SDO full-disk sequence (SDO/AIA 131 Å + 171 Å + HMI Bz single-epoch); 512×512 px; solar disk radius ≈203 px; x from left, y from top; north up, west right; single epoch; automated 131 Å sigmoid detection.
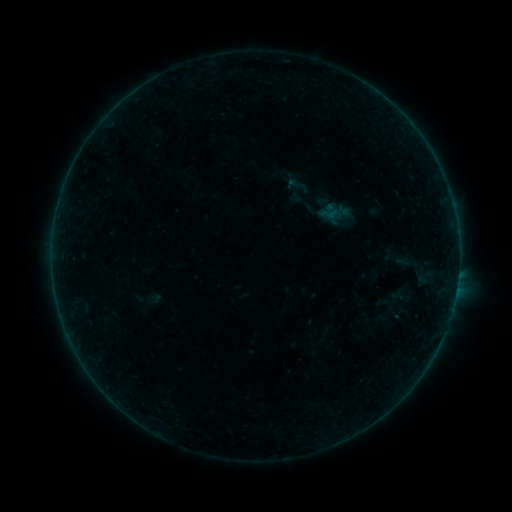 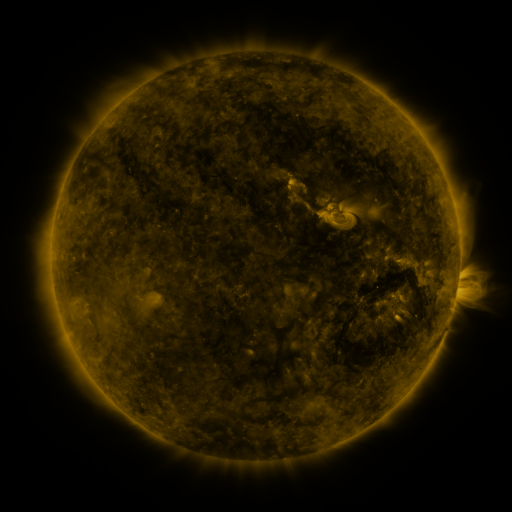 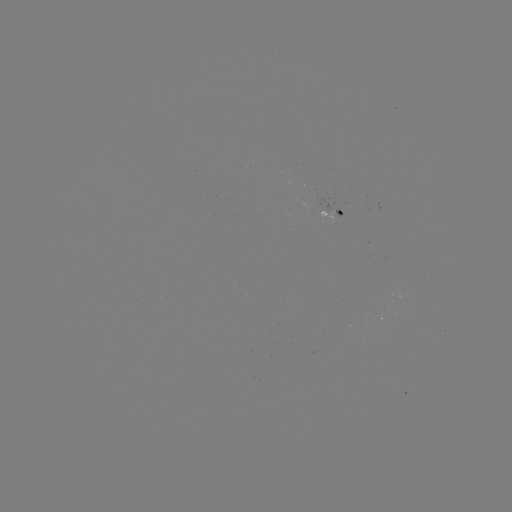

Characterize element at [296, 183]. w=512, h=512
sigmoid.